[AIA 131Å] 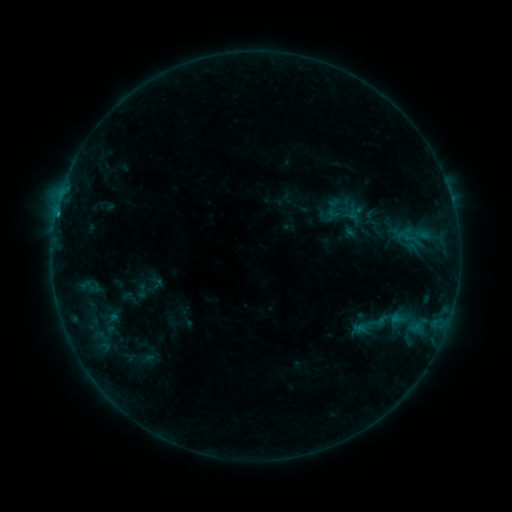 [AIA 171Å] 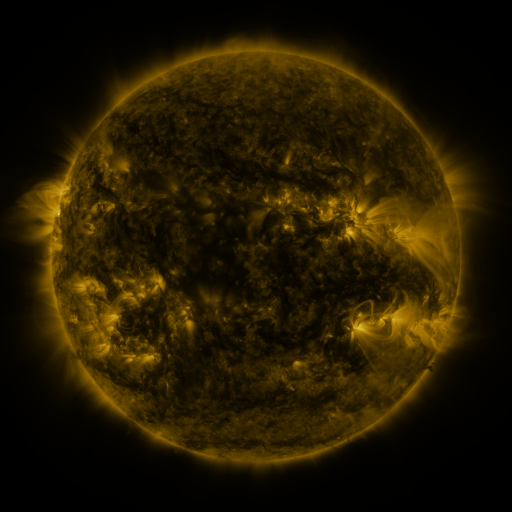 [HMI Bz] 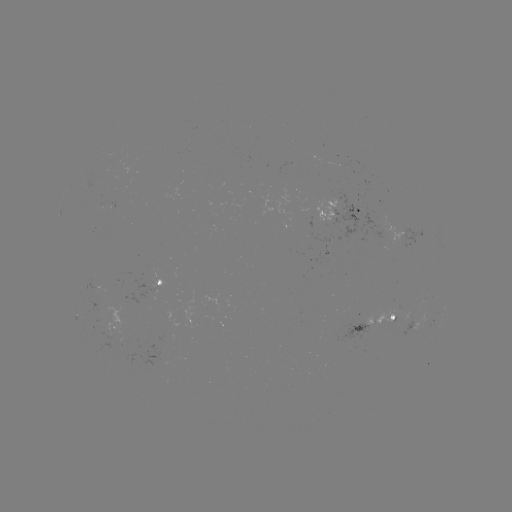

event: sigmoid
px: (142, 291)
